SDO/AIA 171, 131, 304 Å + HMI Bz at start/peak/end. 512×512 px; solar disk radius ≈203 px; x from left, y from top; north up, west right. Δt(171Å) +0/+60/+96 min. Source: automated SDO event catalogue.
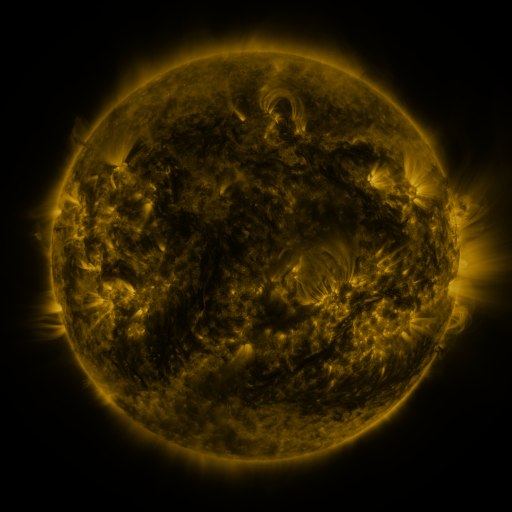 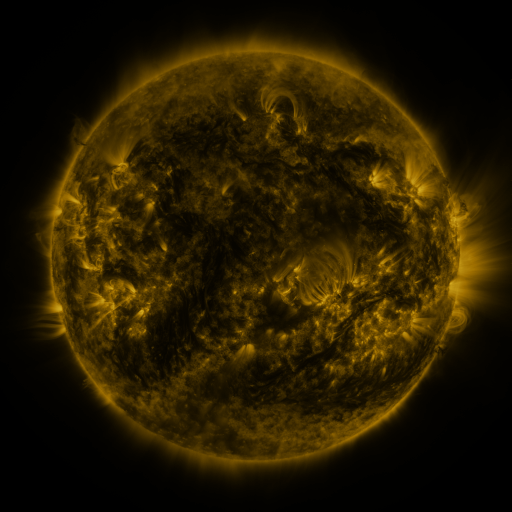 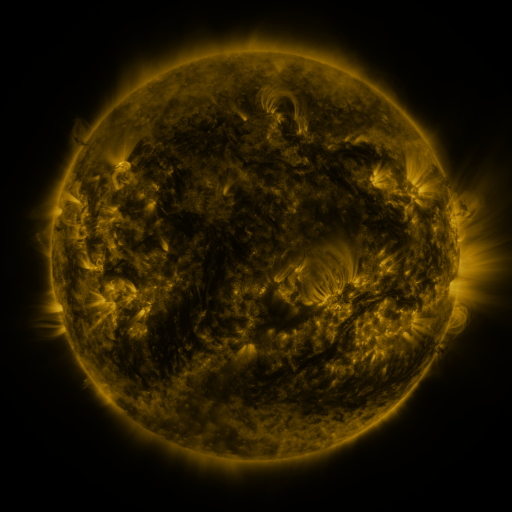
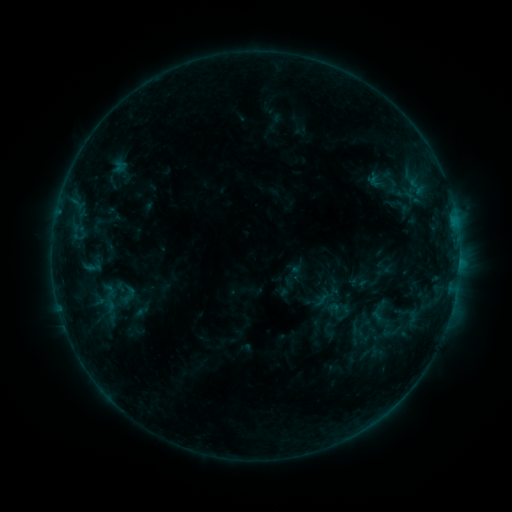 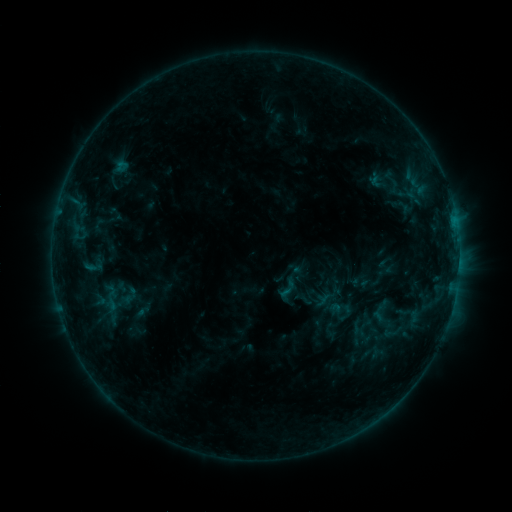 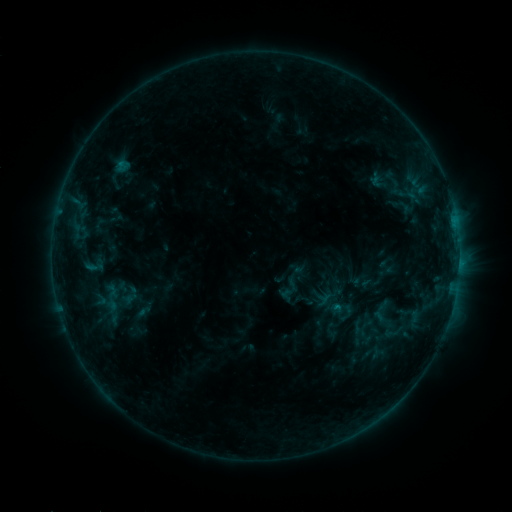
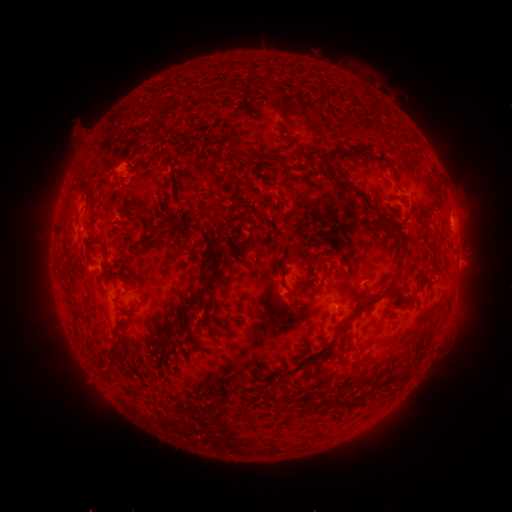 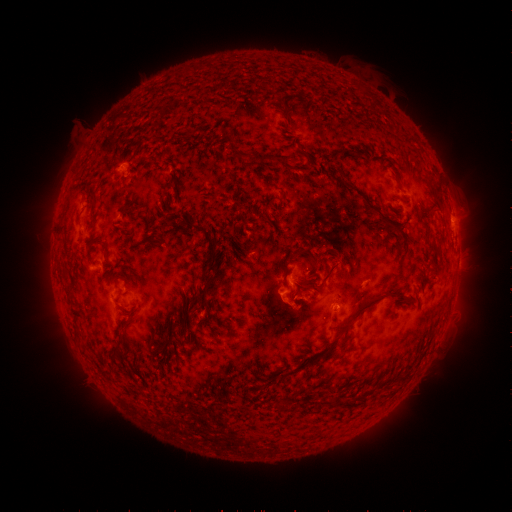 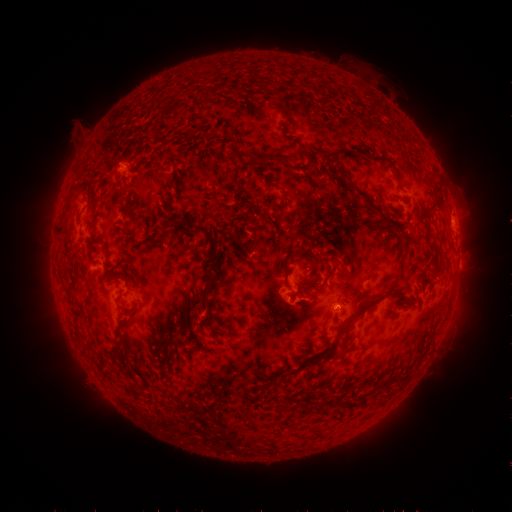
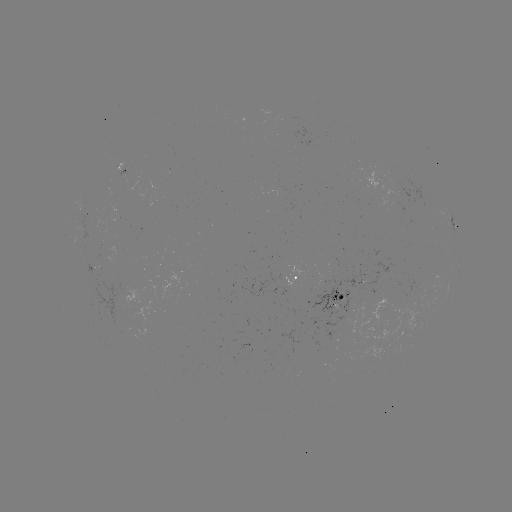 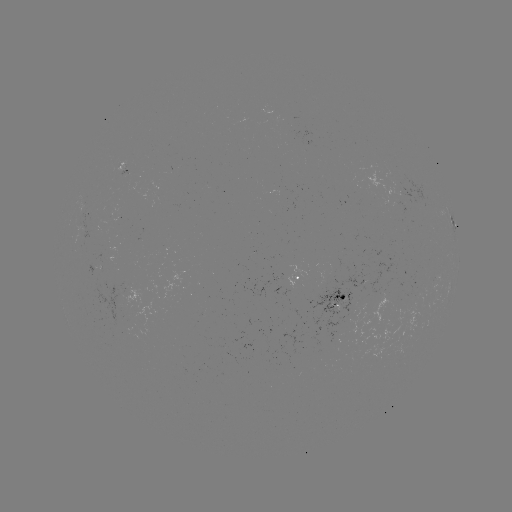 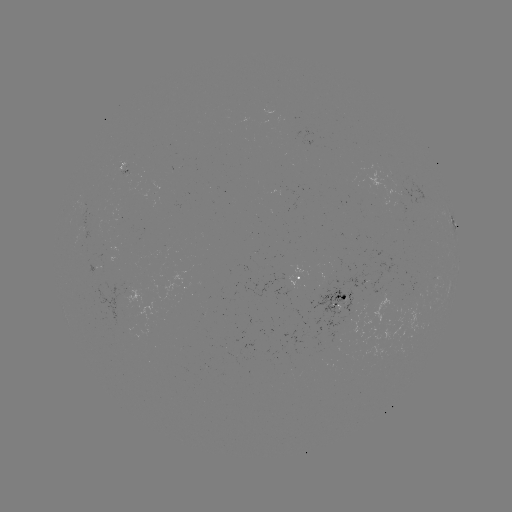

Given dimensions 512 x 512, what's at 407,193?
emerging-flux region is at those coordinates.